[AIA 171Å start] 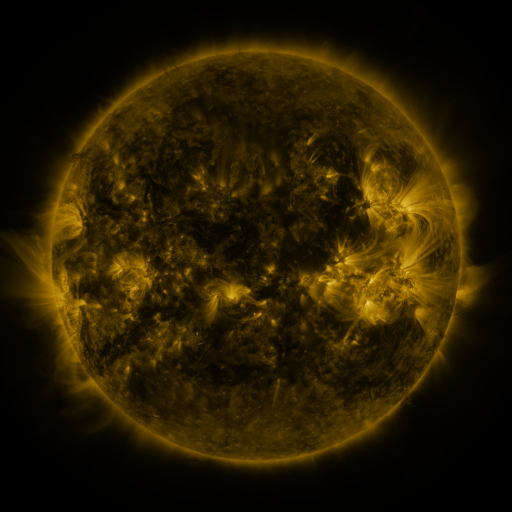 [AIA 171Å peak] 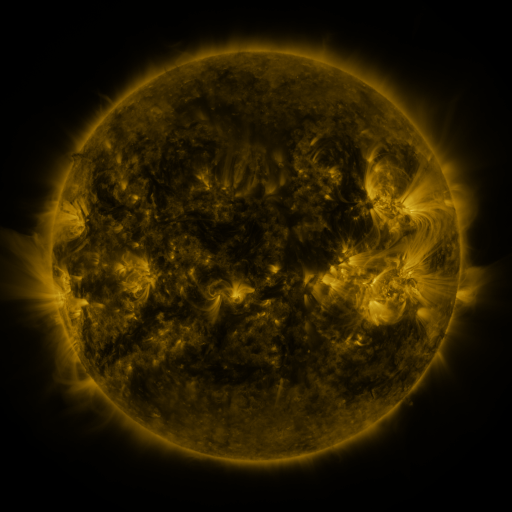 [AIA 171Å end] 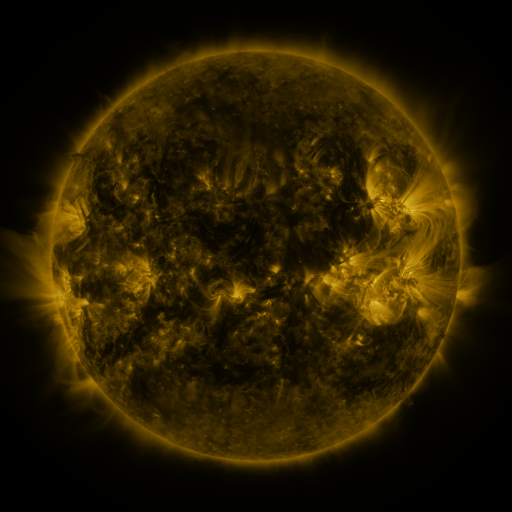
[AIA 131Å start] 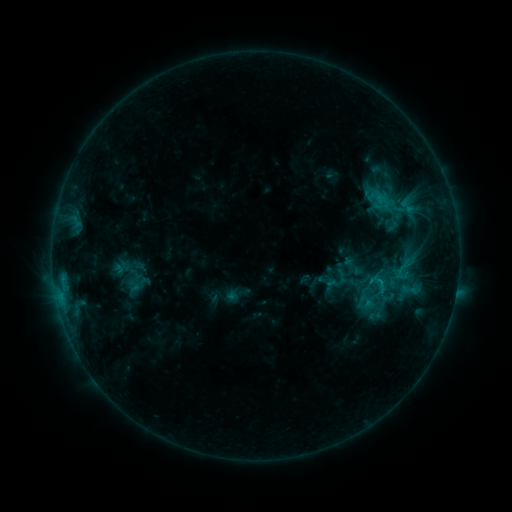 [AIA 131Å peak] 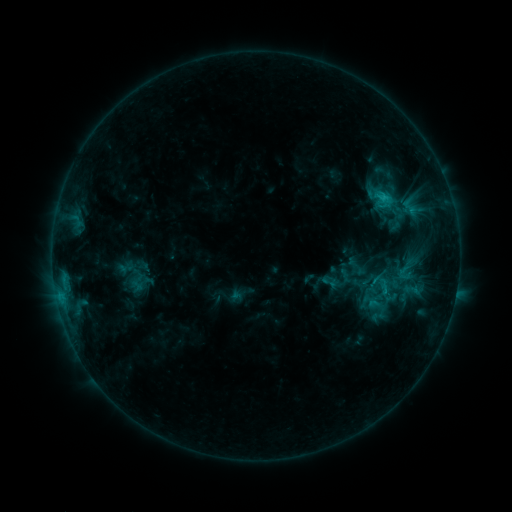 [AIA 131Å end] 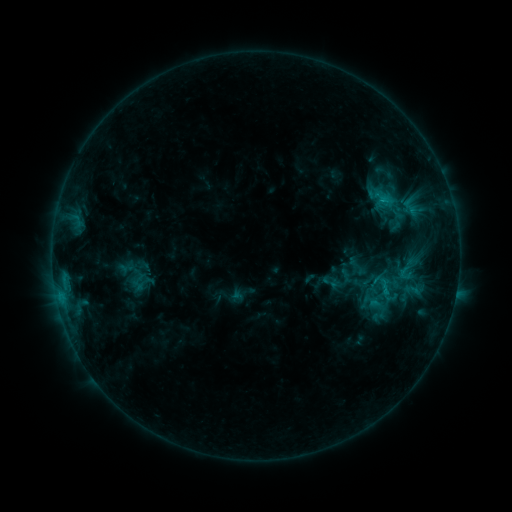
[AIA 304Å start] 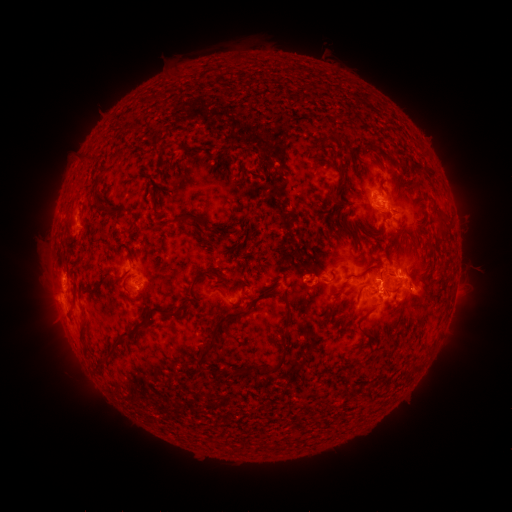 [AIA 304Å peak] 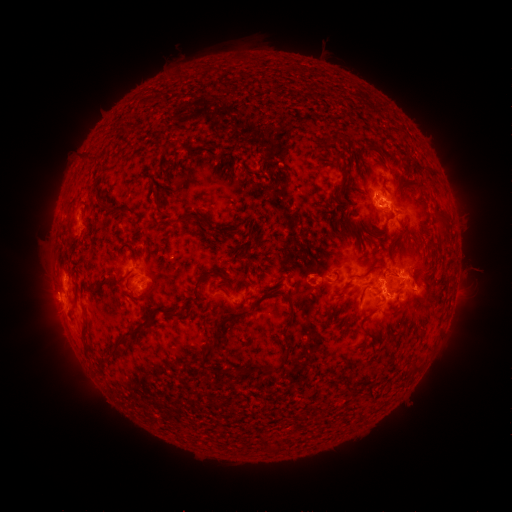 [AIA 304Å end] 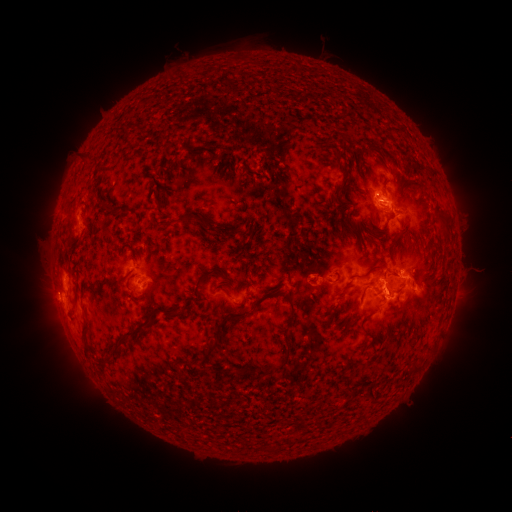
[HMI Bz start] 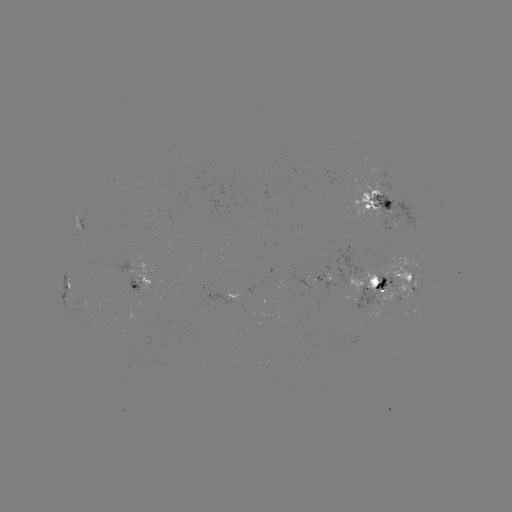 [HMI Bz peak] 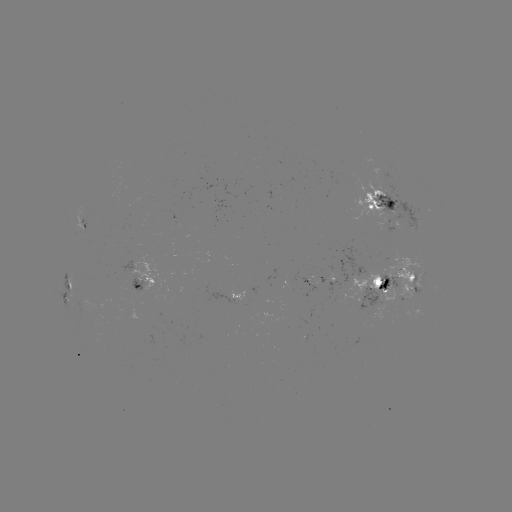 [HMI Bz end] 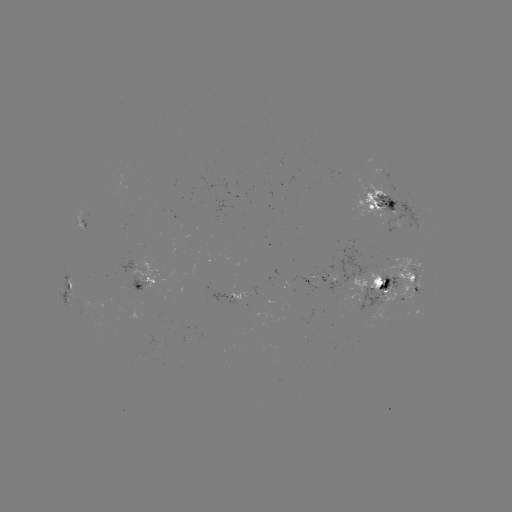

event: emerging-flux region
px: (376, 187)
